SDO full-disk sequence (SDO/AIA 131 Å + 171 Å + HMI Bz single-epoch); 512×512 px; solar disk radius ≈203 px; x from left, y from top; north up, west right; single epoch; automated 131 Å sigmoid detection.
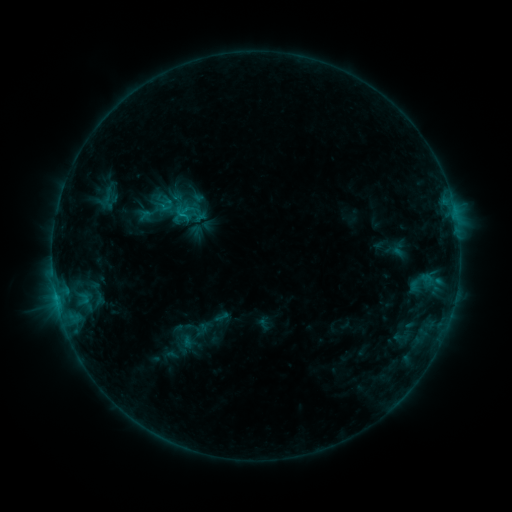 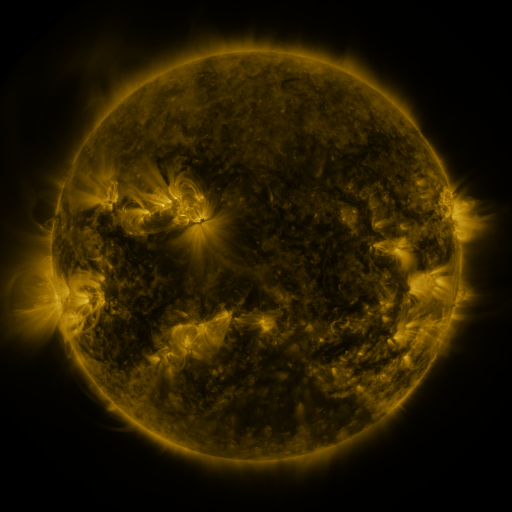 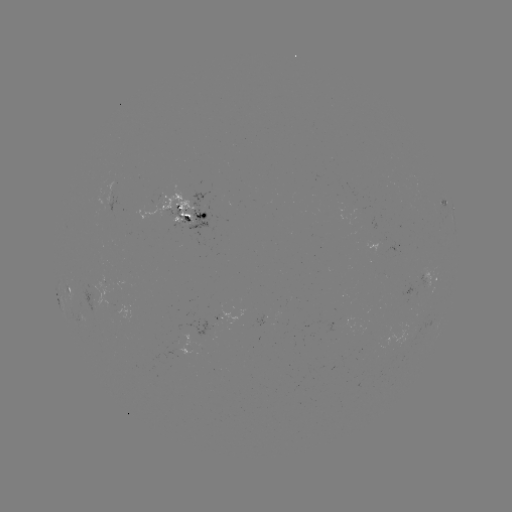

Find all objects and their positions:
sigmoid: (183, 214)
